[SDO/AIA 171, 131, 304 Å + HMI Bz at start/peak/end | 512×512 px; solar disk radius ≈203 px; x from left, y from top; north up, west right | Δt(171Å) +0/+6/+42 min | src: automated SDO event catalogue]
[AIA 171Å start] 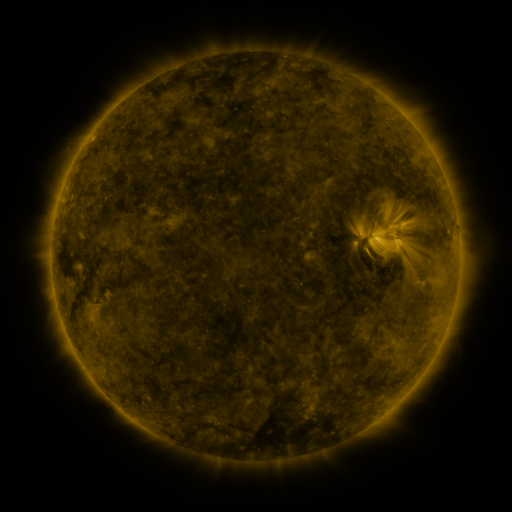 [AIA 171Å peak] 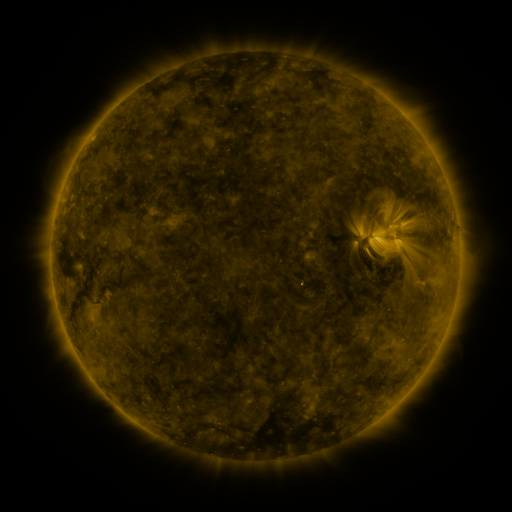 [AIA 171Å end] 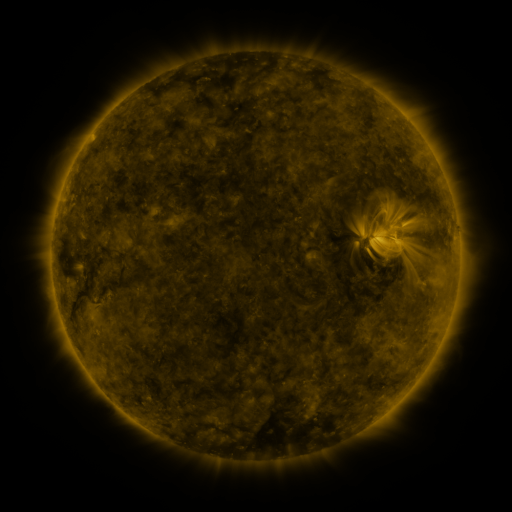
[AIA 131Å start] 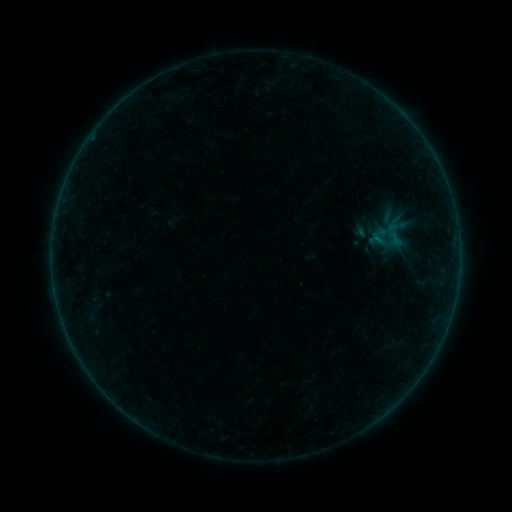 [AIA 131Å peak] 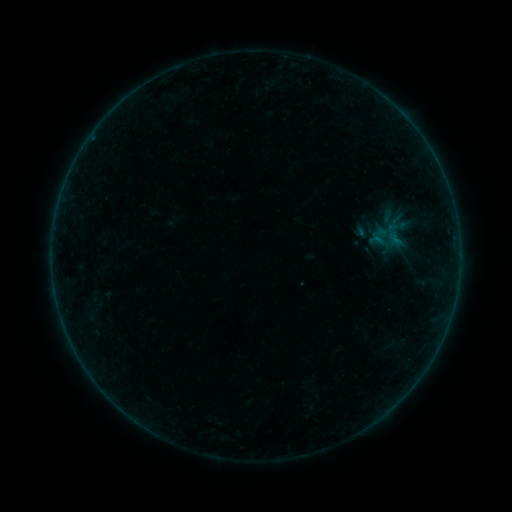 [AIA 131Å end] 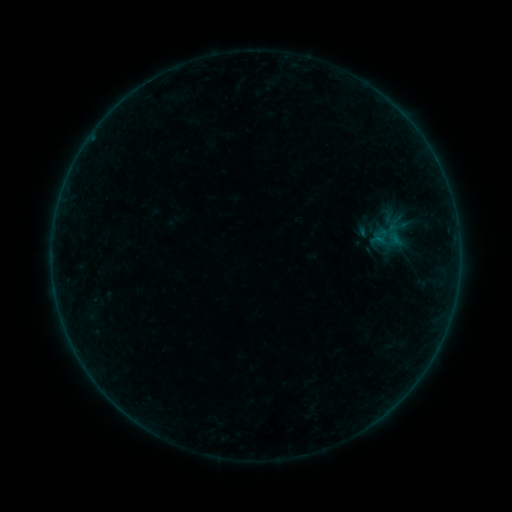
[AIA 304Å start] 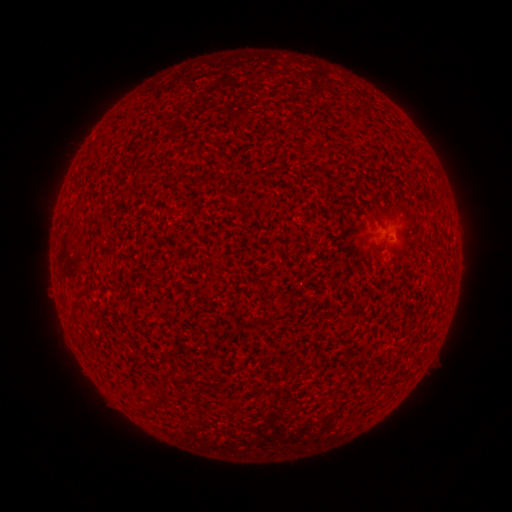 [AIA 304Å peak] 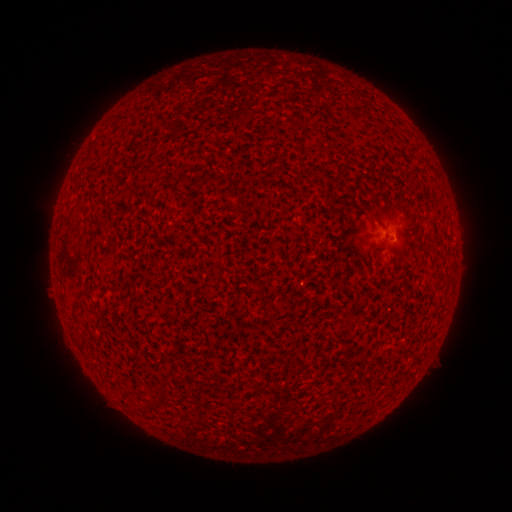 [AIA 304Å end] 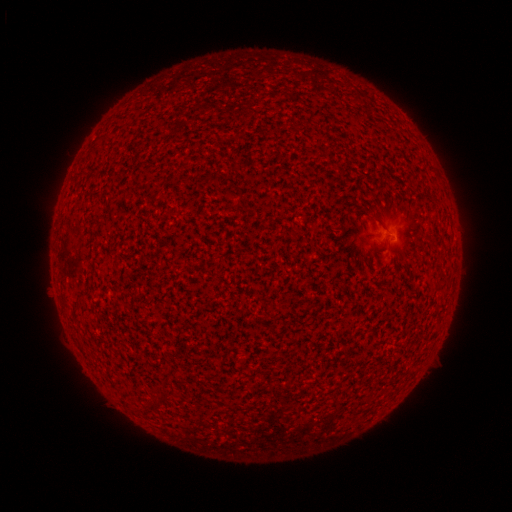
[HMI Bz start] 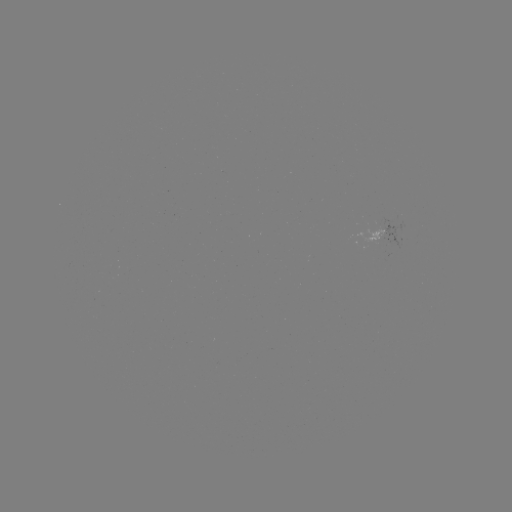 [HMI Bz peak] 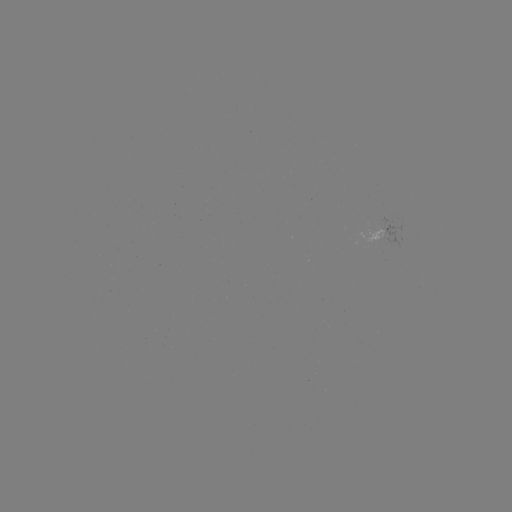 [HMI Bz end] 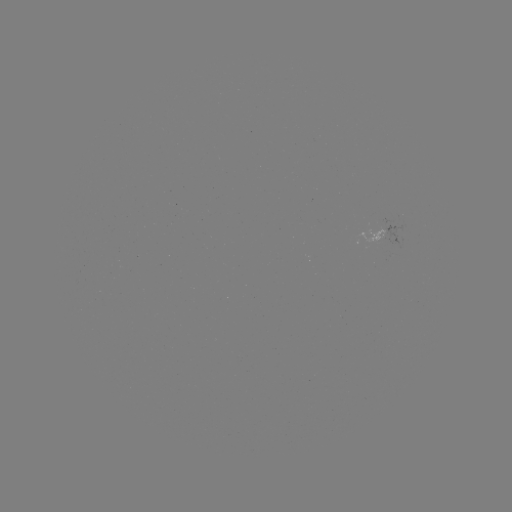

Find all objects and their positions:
A8.8 flare: (392, 240)
